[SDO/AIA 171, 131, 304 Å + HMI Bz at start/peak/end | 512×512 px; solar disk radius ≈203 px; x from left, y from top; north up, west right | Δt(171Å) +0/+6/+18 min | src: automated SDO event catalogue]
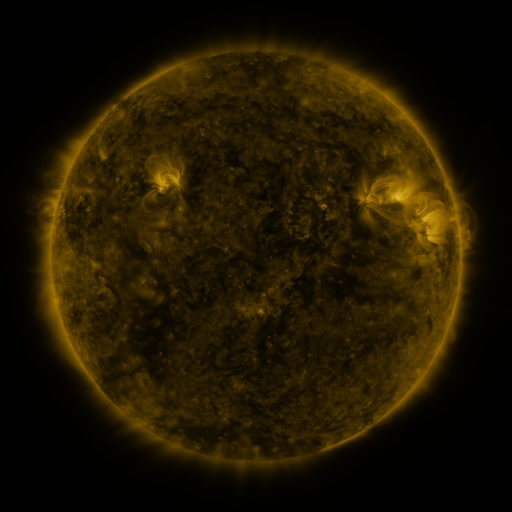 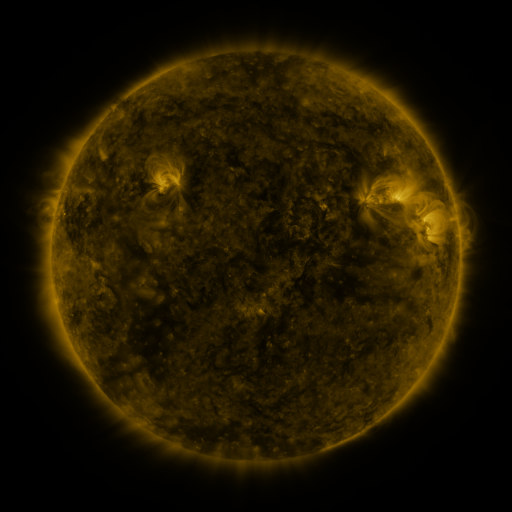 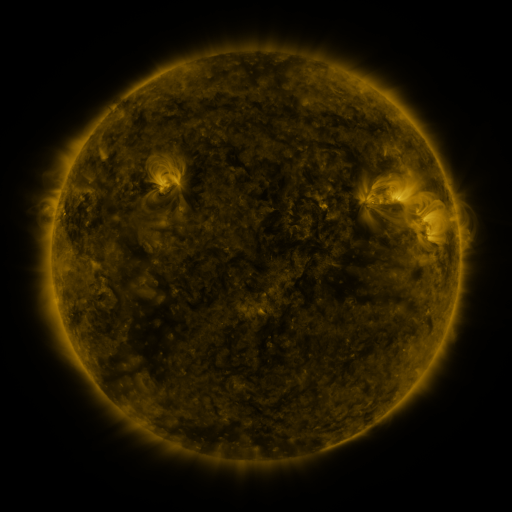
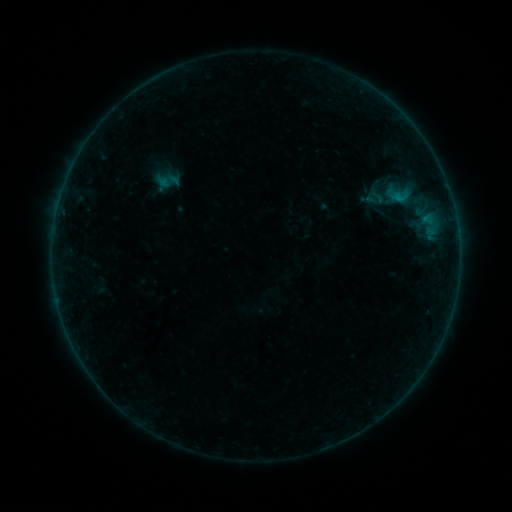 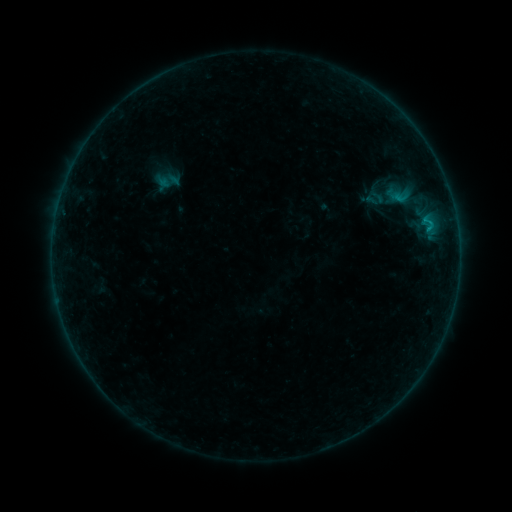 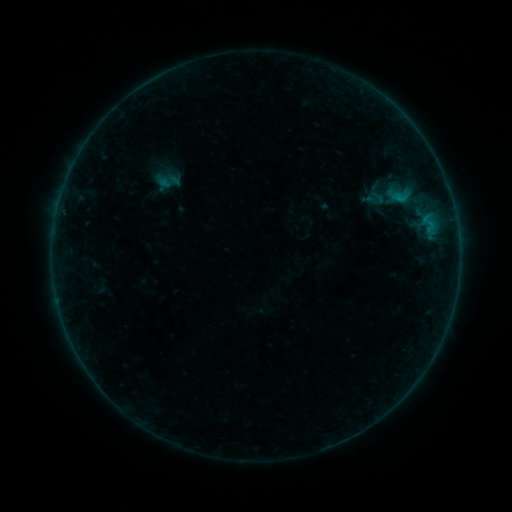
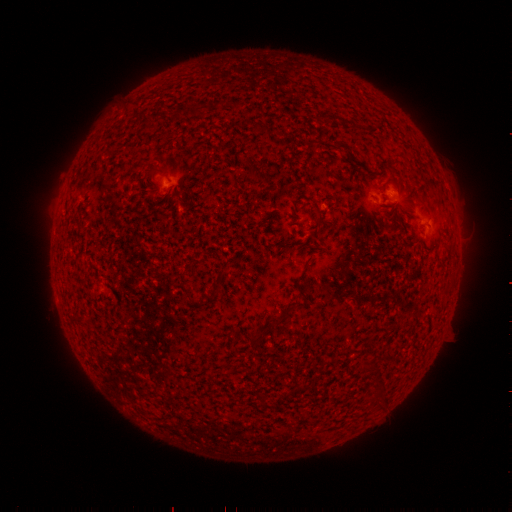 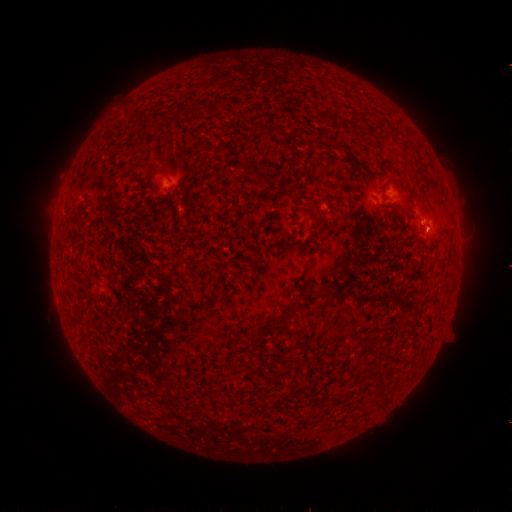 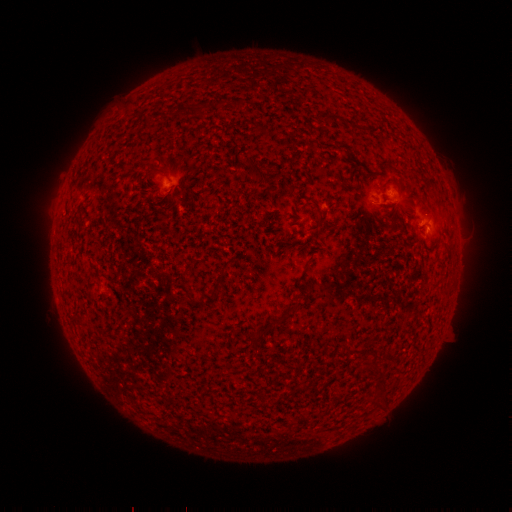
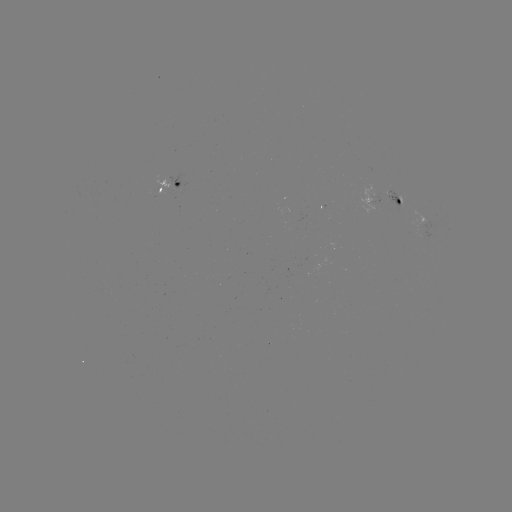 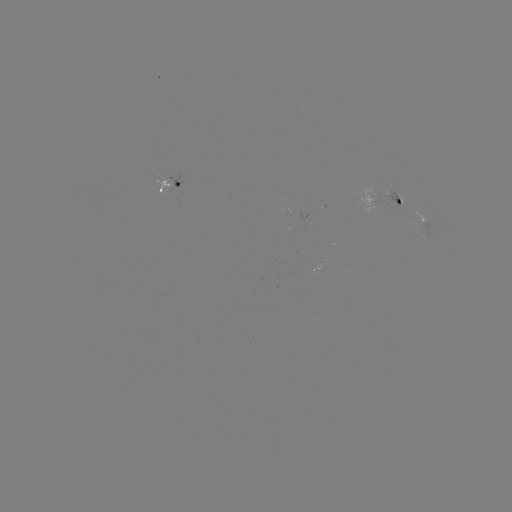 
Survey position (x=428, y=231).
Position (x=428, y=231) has B5.4 flare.